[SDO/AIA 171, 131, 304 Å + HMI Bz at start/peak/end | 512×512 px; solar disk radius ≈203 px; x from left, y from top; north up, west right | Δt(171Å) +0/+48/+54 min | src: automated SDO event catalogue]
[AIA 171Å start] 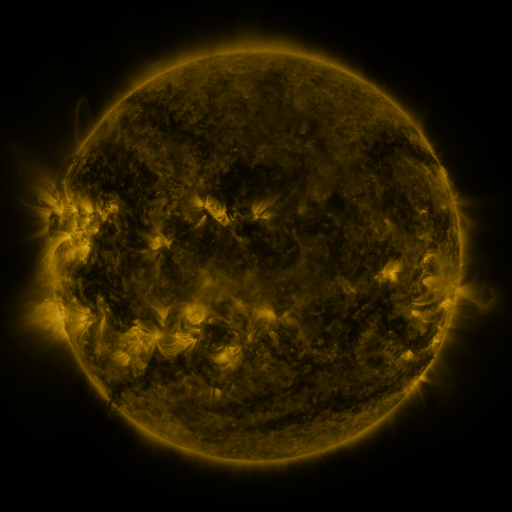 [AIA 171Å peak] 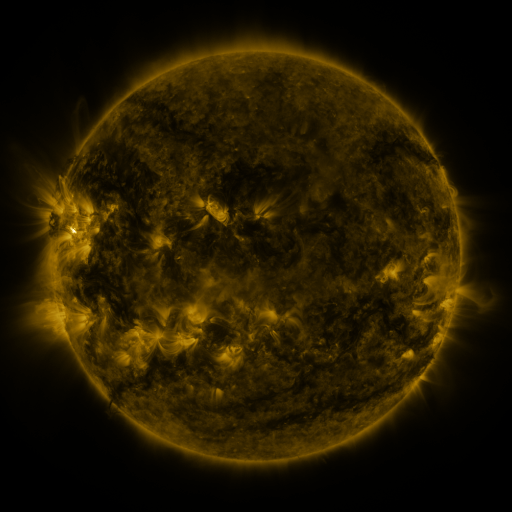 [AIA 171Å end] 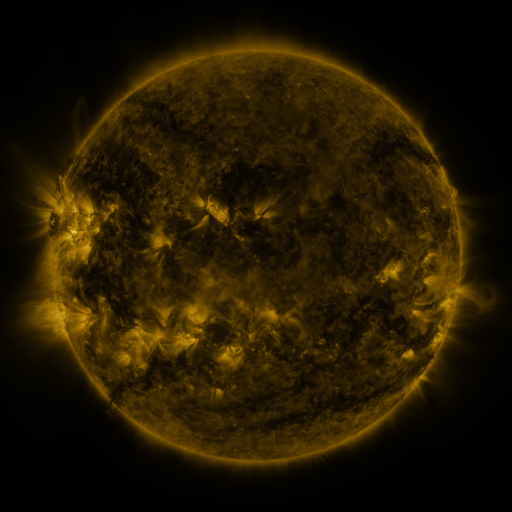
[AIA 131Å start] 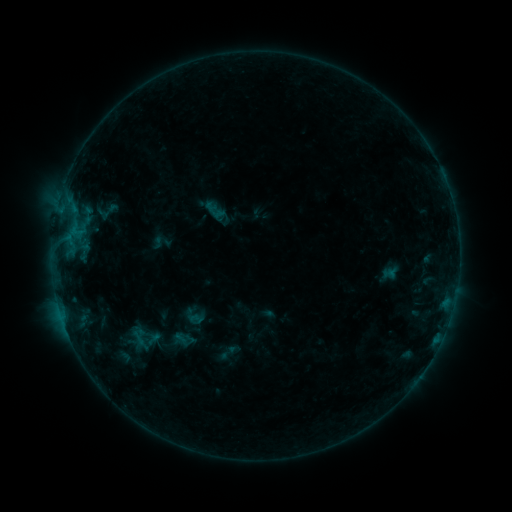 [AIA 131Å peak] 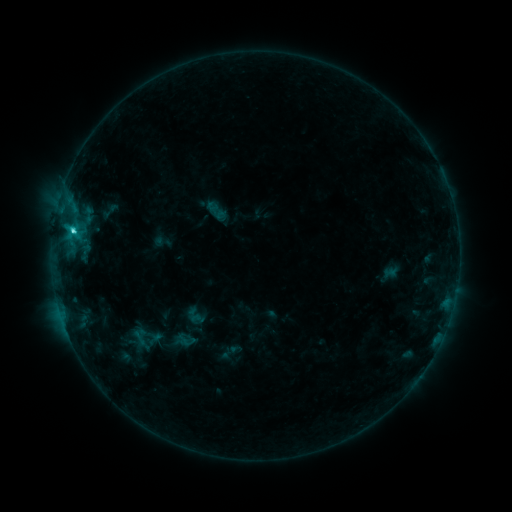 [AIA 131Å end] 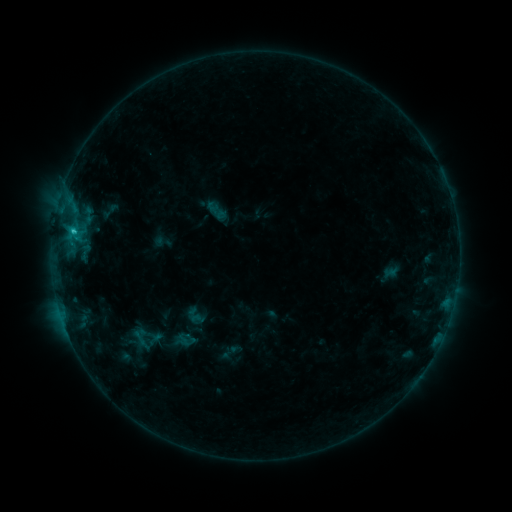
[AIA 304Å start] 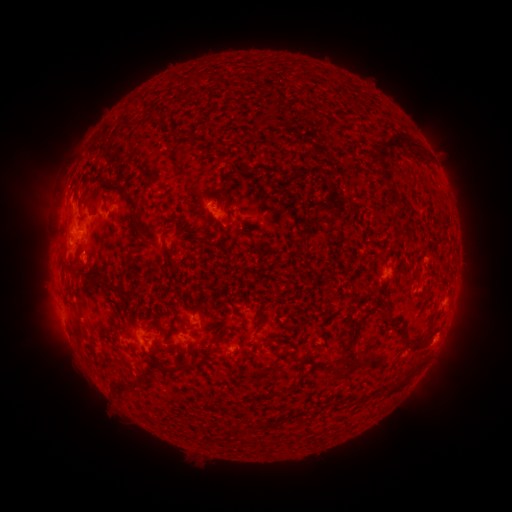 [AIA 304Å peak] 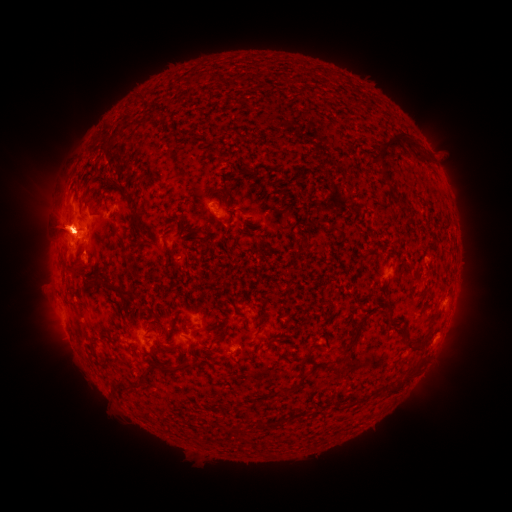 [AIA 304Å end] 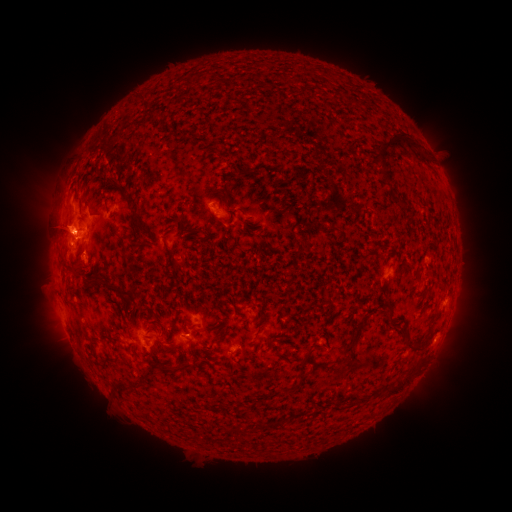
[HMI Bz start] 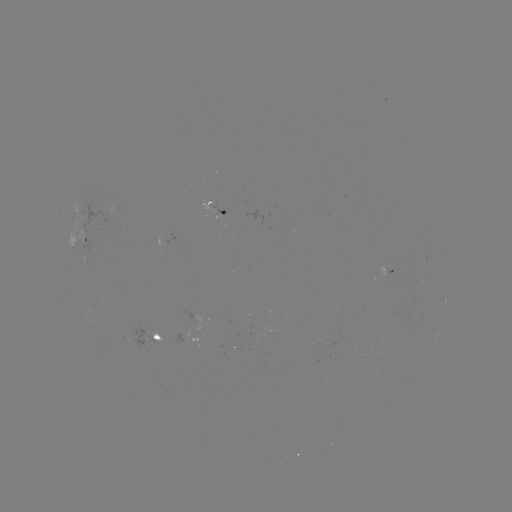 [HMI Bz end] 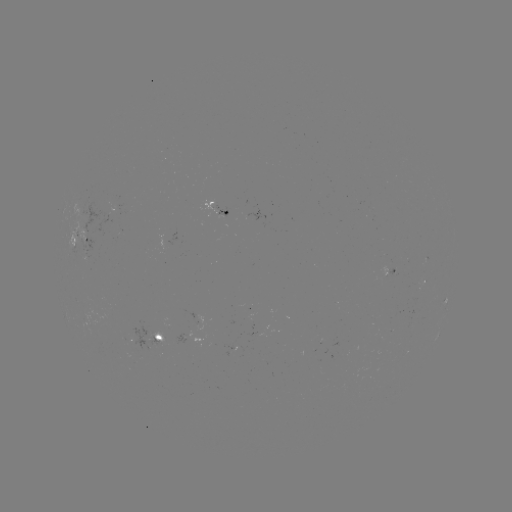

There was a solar flare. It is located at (73, 234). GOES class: C3.0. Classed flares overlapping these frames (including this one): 1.